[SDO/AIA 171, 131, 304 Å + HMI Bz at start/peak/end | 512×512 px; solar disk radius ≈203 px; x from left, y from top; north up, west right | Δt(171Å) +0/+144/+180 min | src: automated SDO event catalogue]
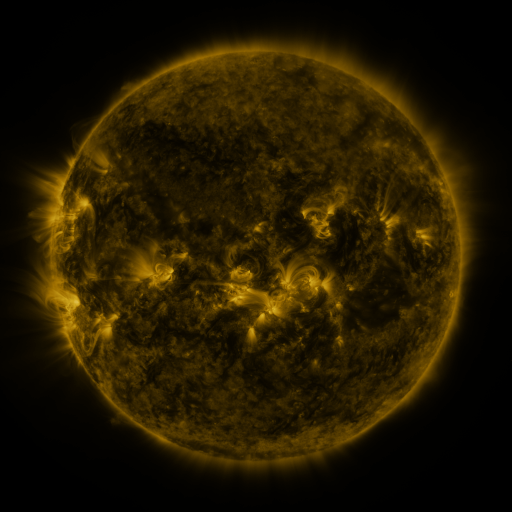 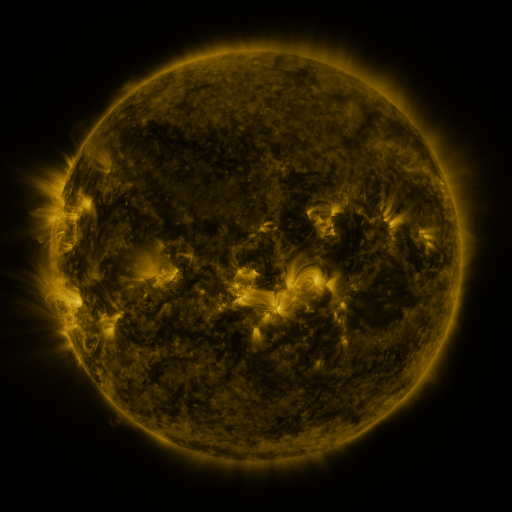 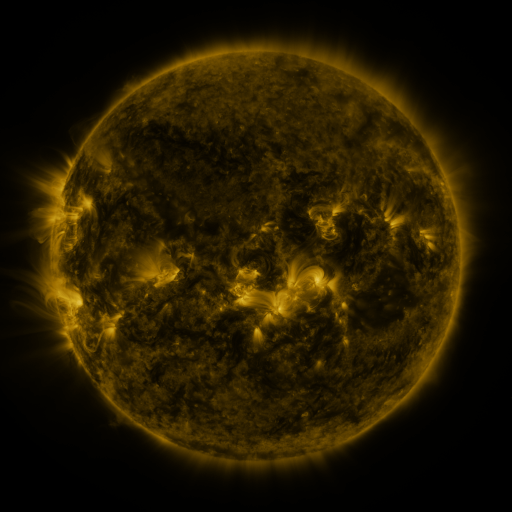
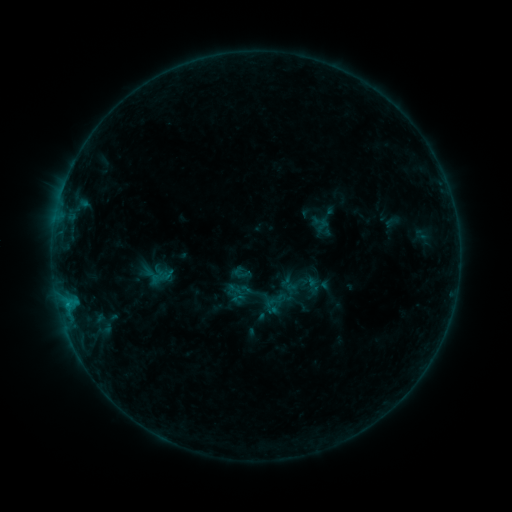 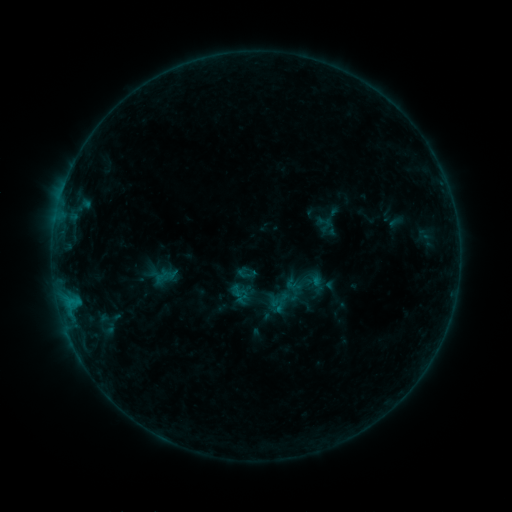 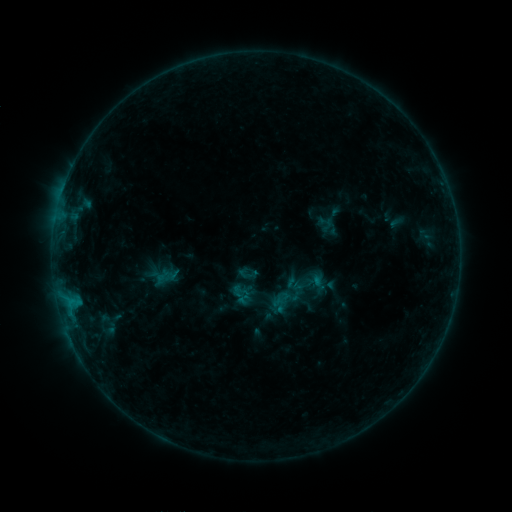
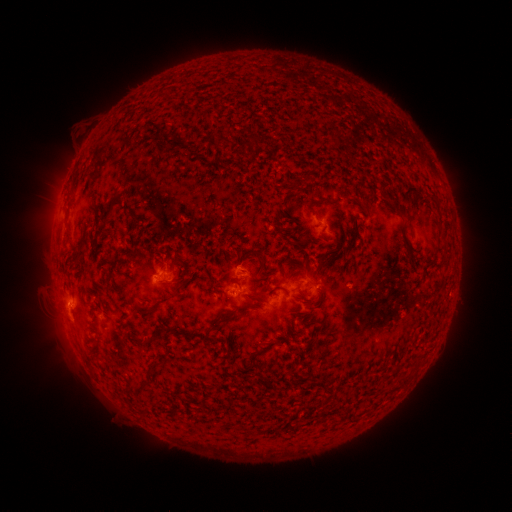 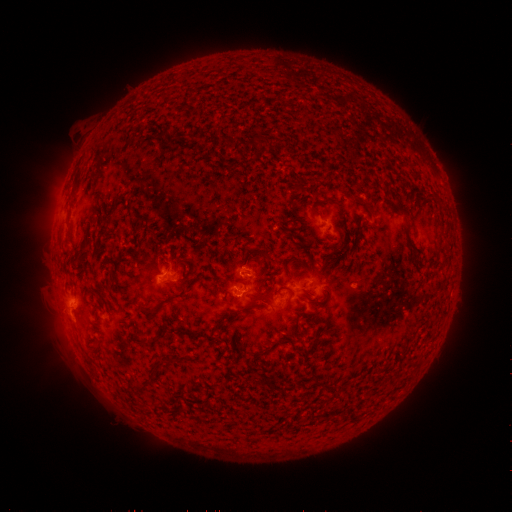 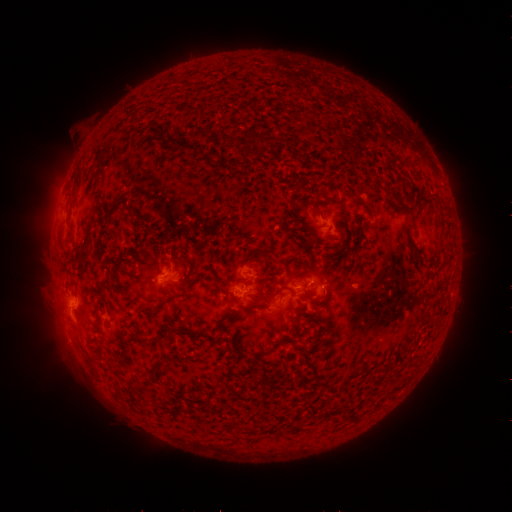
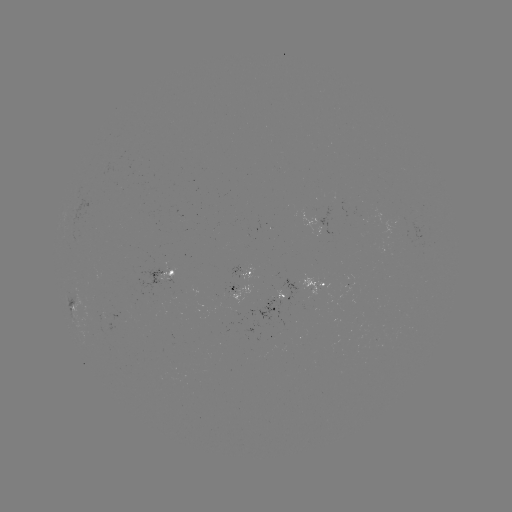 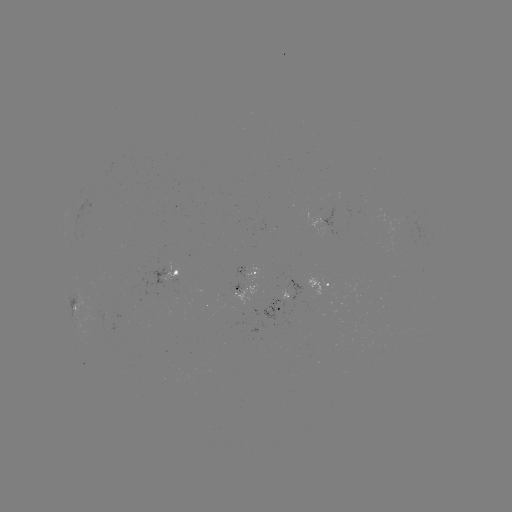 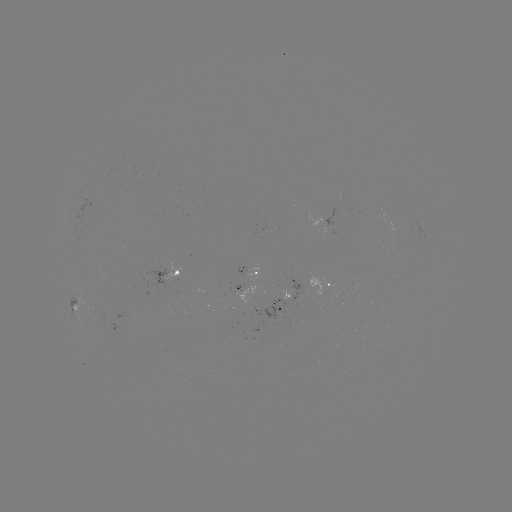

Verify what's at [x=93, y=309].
emerging-flux region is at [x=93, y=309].